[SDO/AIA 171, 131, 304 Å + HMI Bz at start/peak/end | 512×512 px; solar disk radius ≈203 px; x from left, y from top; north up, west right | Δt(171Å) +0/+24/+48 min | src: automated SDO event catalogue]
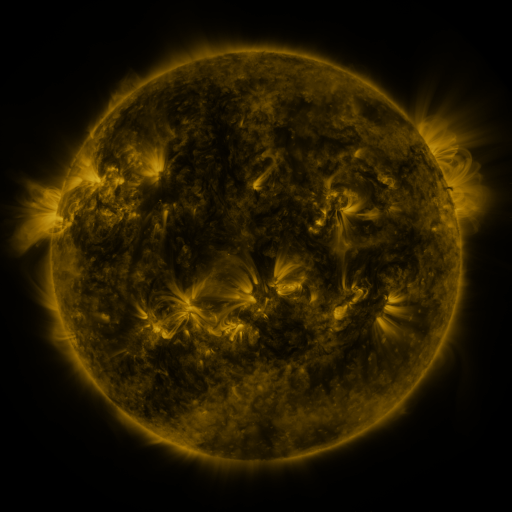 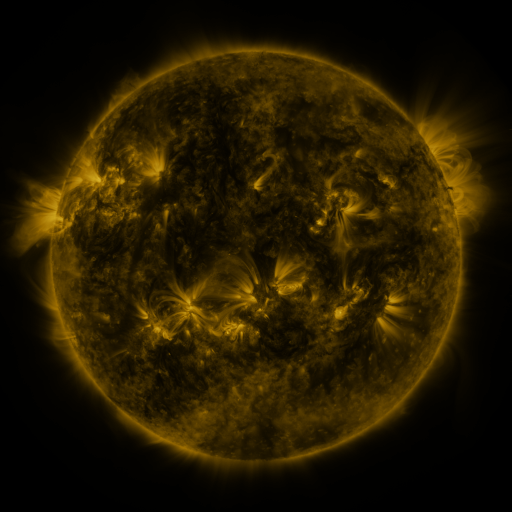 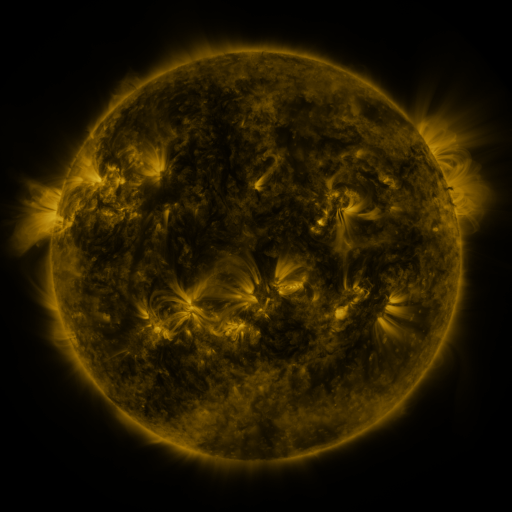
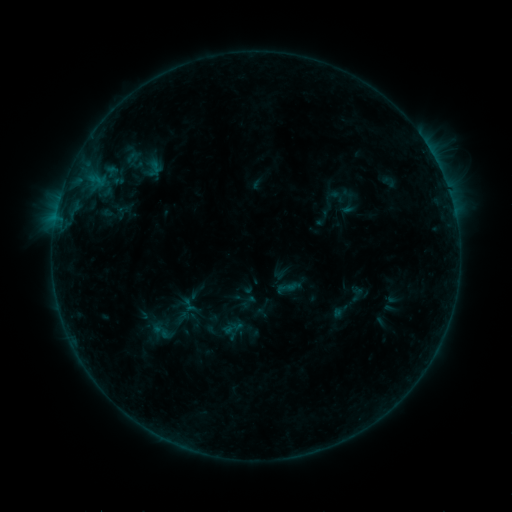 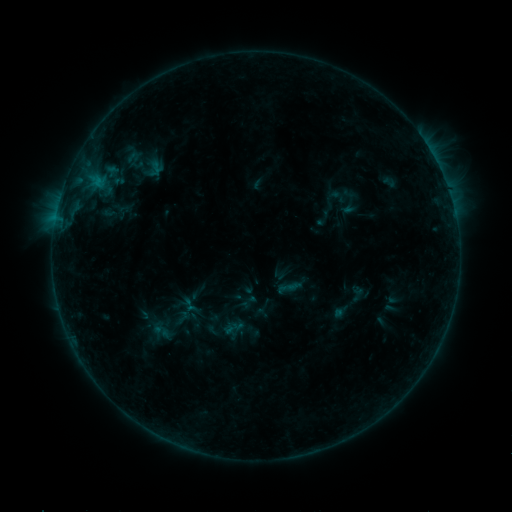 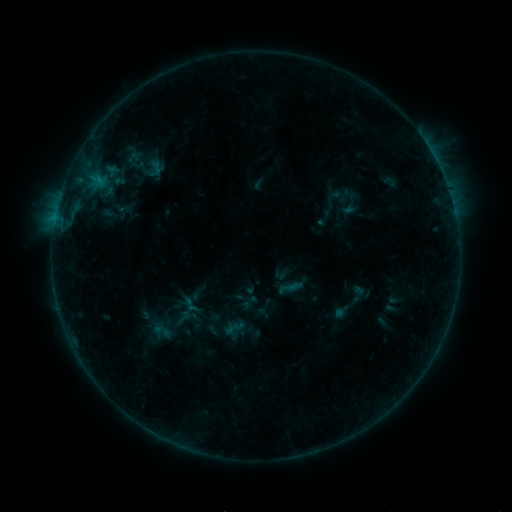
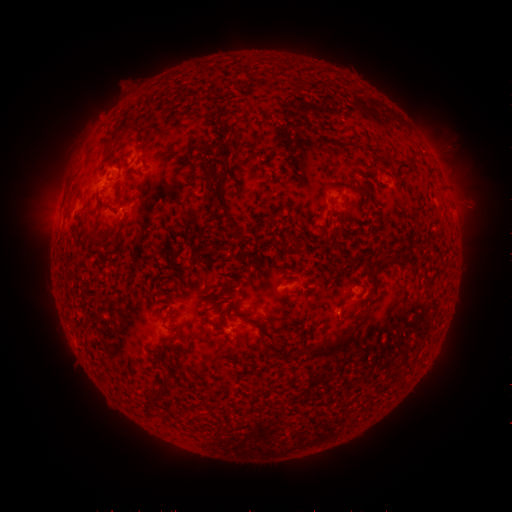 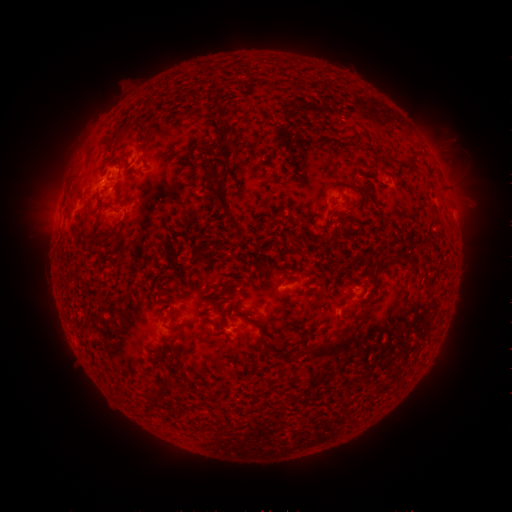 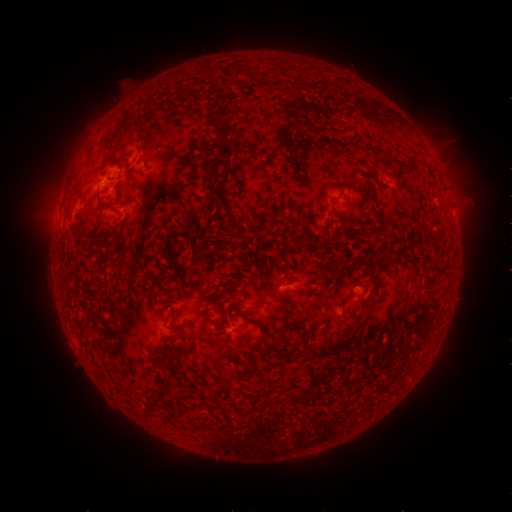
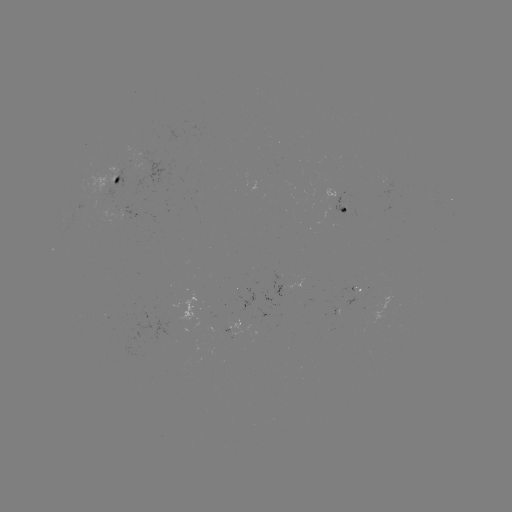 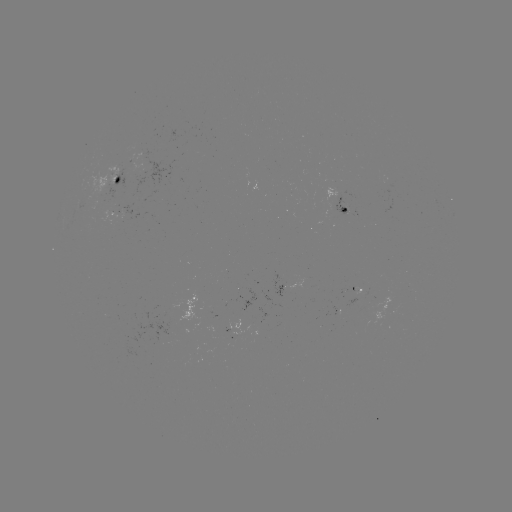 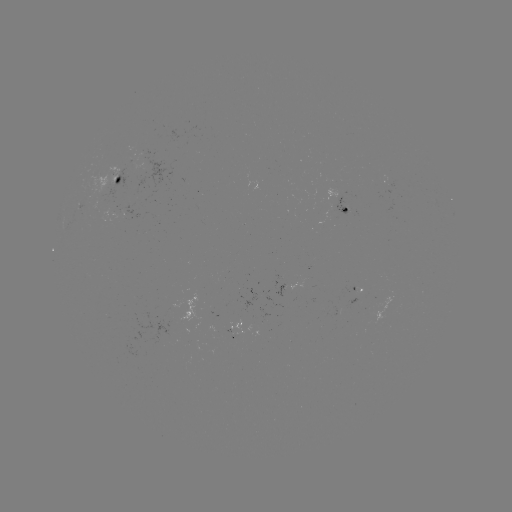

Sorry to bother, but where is B5.9 flare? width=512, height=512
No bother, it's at [98, 185].